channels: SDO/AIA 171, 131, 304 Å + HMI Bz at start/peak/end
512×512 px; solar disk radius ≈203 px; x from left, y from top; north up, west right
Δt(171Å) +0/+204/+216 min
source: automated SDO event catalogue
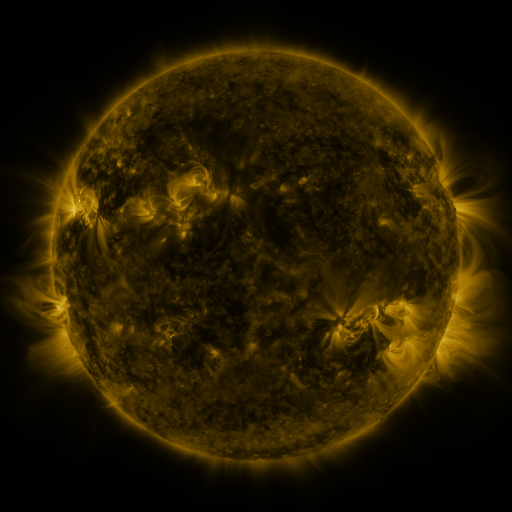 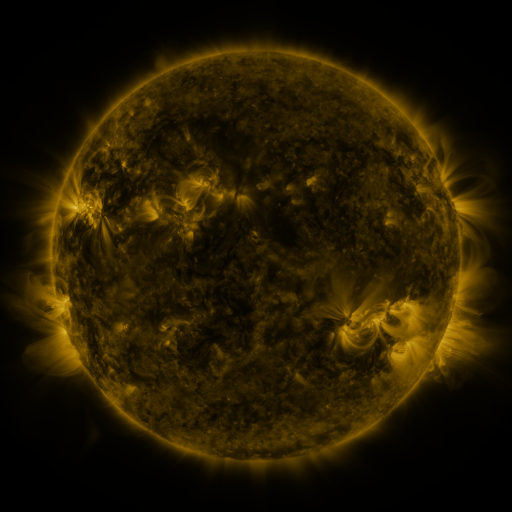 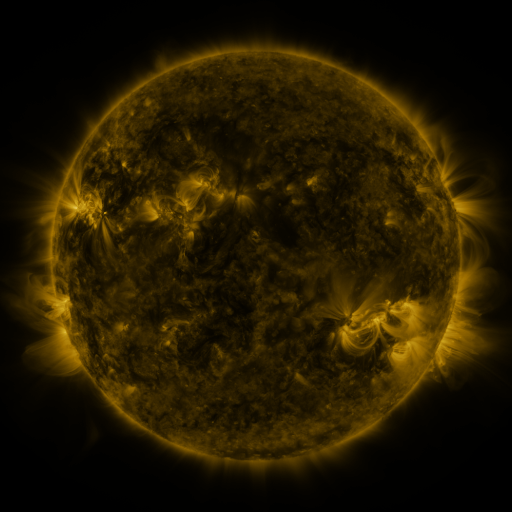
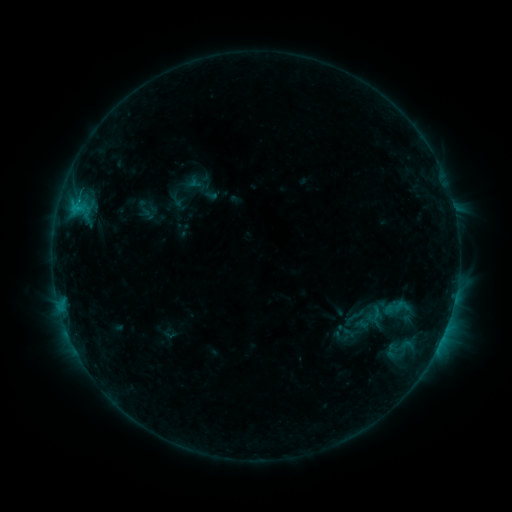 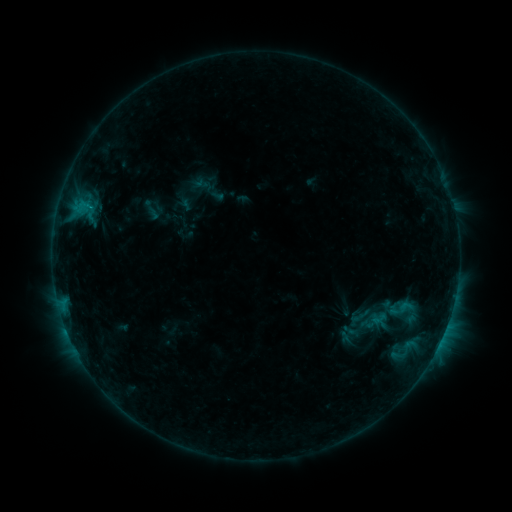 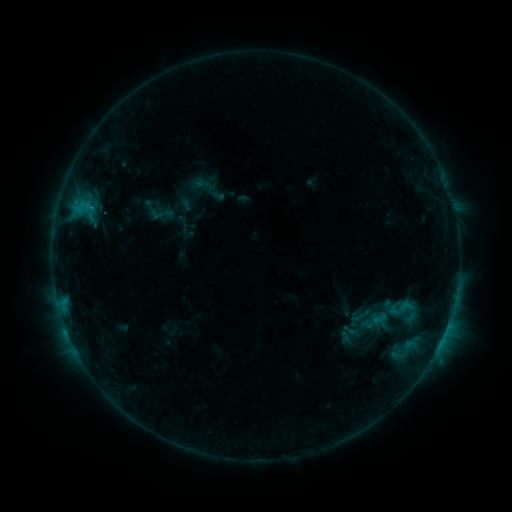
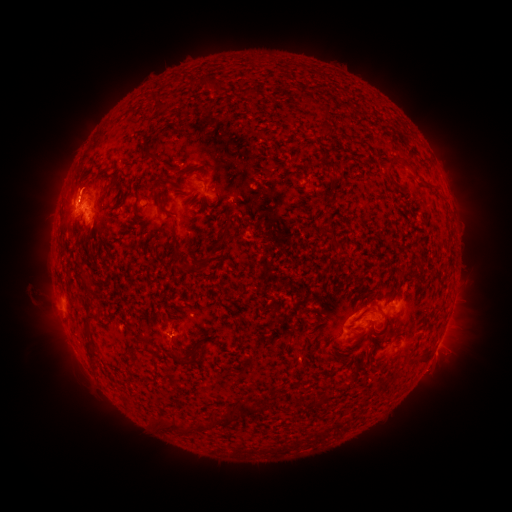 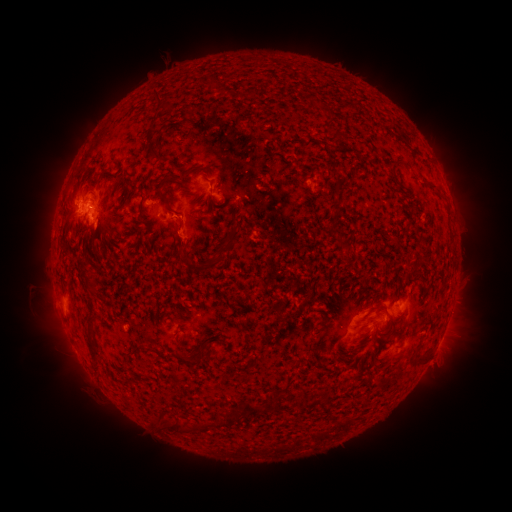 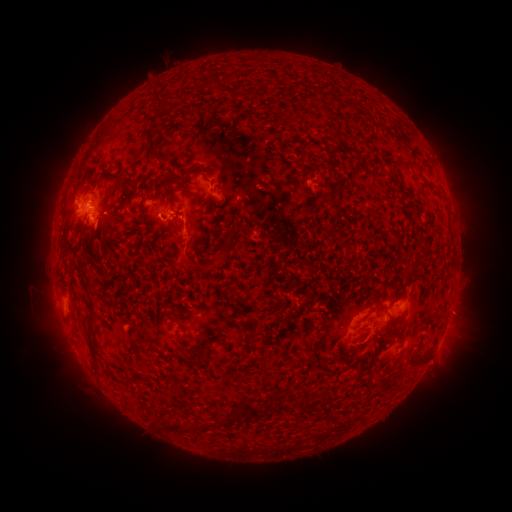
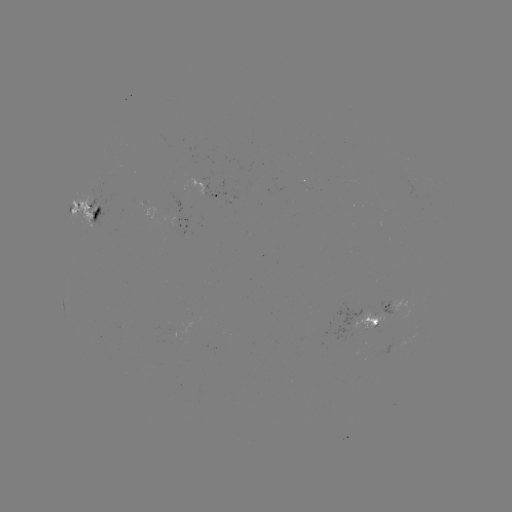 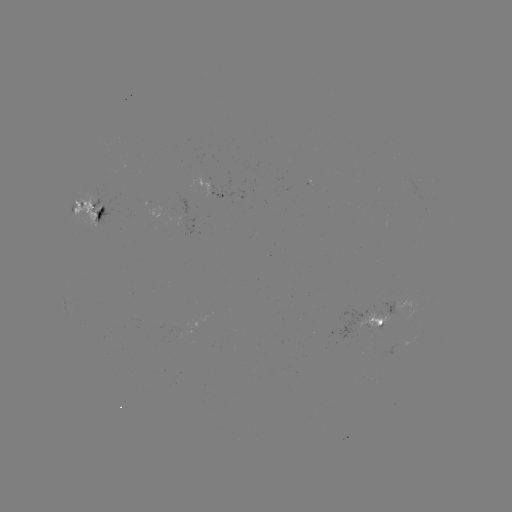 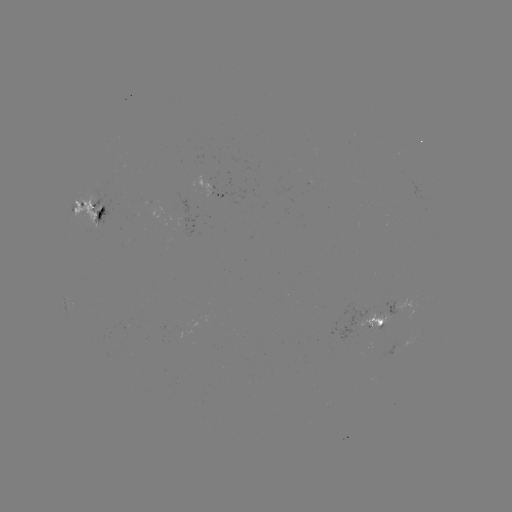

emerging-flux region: [82, 194, 104, 229]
